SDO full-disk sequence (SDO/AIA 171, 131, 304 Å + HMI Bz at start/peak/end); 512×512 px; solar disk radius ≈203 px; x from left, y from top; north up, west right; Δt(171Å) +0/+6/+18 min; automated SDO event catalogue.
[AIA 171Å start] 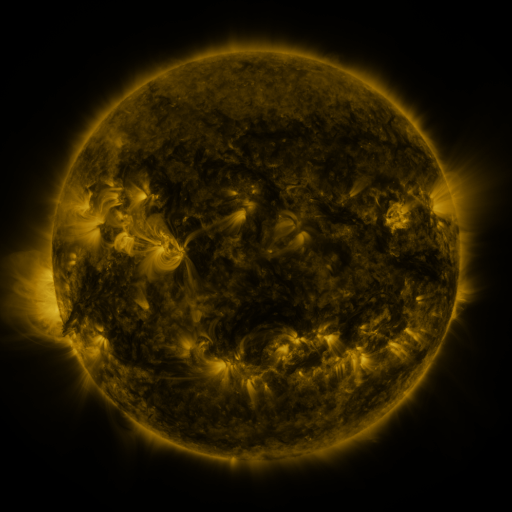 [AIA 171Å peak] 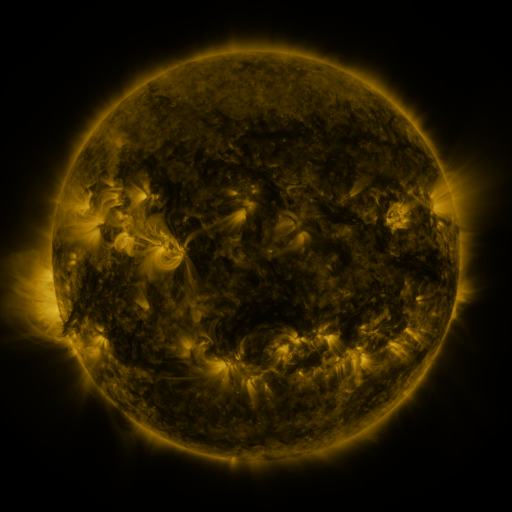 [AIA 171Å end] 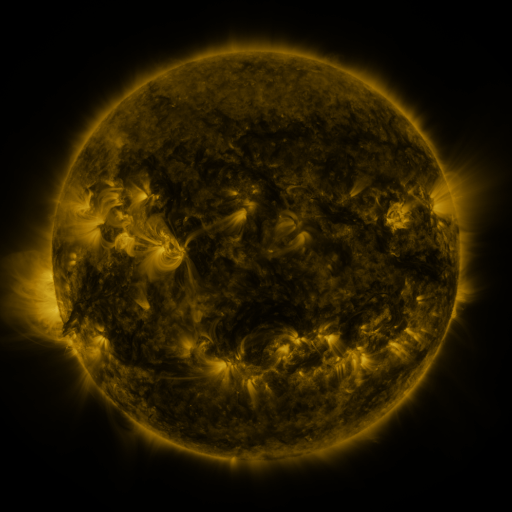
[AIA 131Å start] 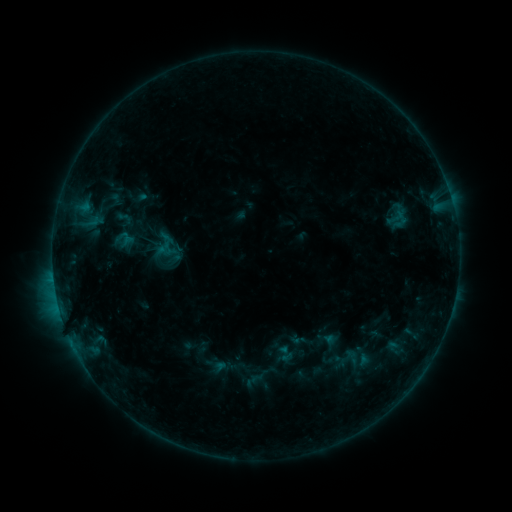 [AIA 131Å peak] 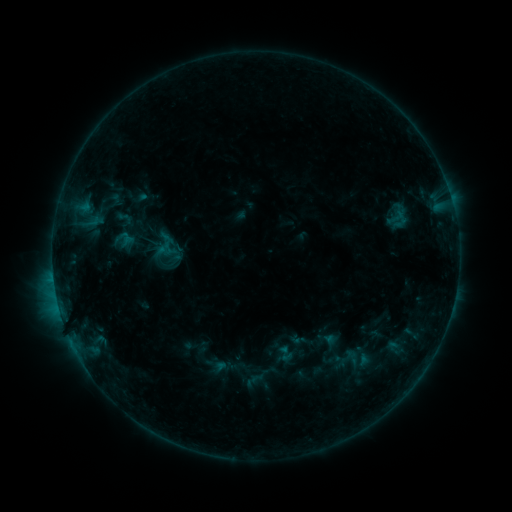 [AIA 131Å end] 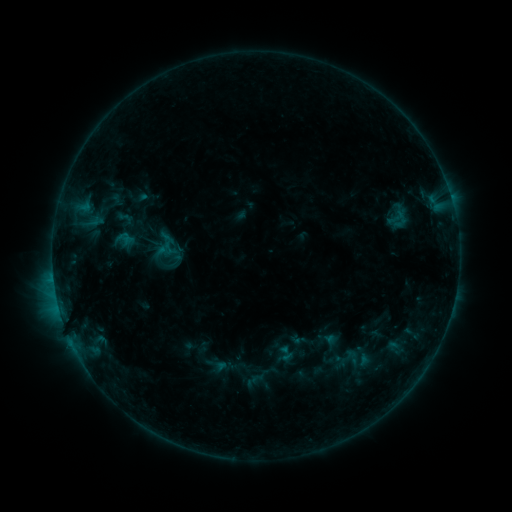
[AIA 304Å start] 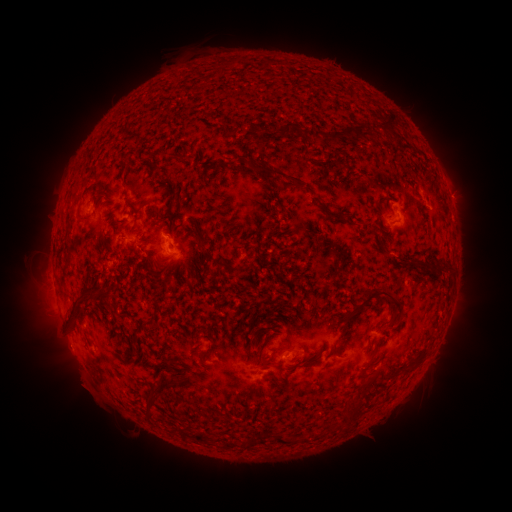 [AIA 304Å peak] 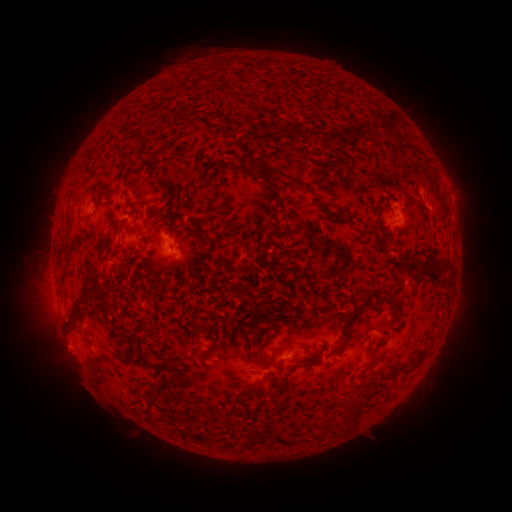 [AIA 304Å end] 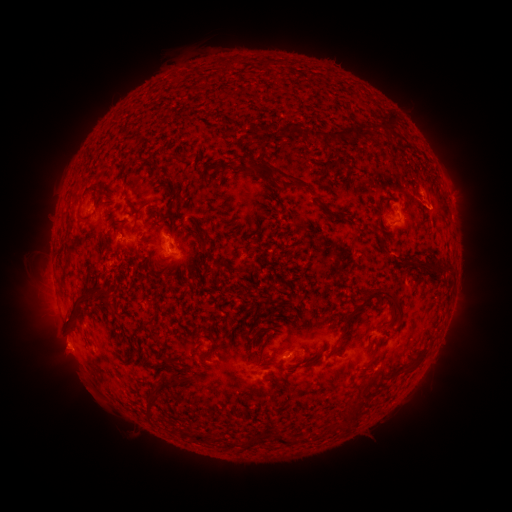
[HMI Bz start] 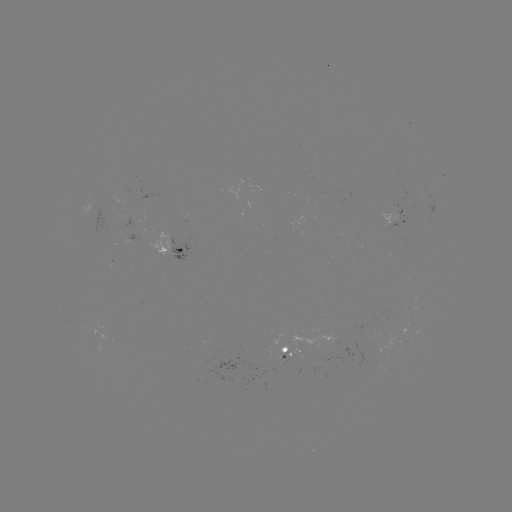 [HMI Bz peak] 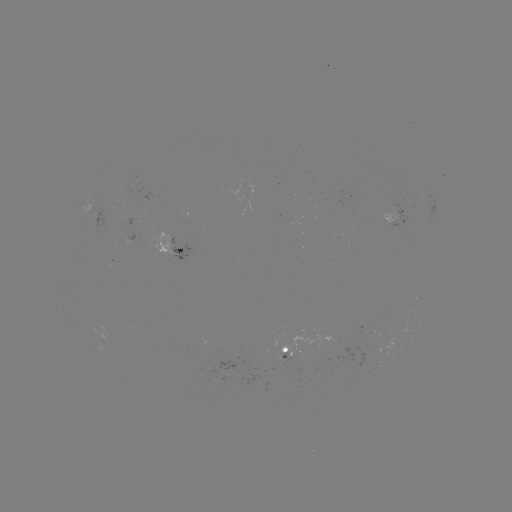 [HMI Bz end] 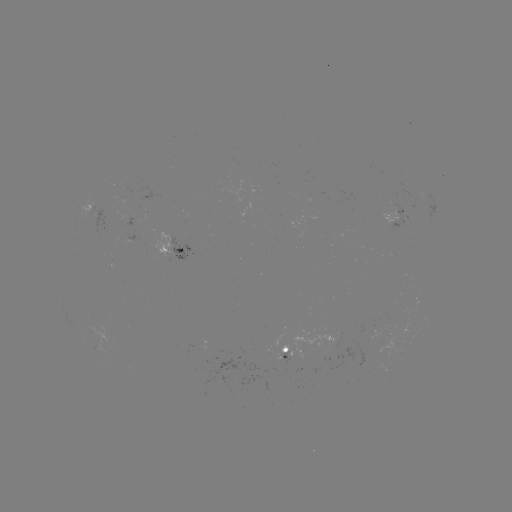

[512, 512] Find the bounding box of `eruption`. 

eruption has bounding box [34, 322, 95, 389].